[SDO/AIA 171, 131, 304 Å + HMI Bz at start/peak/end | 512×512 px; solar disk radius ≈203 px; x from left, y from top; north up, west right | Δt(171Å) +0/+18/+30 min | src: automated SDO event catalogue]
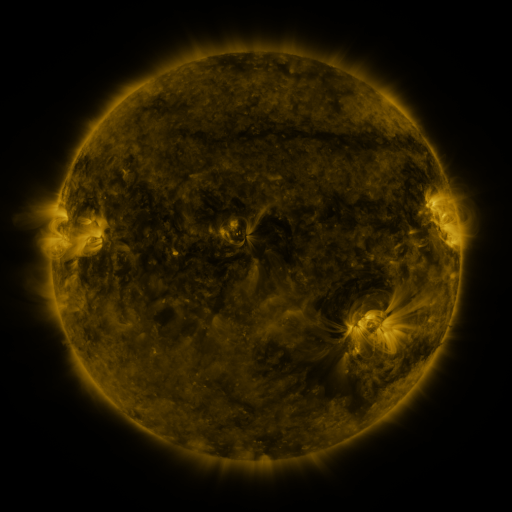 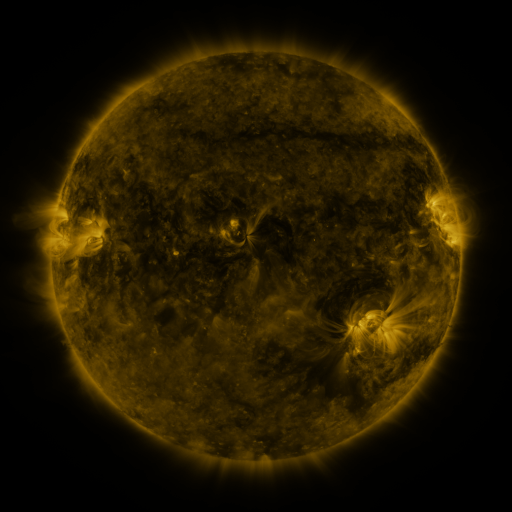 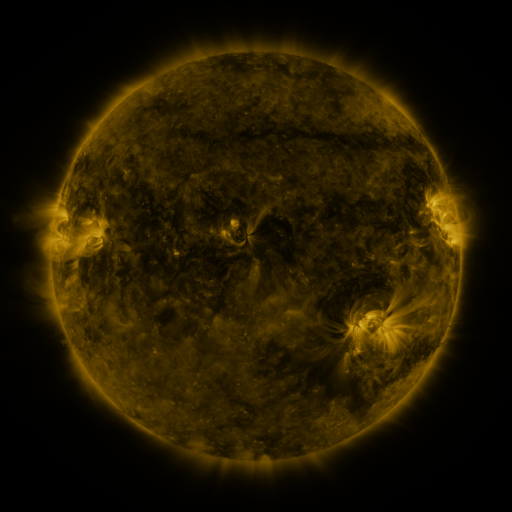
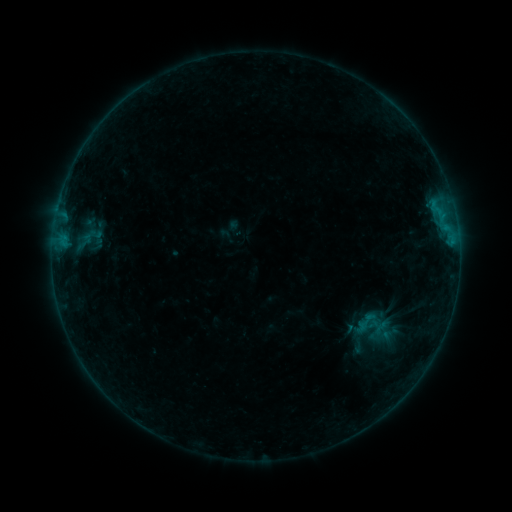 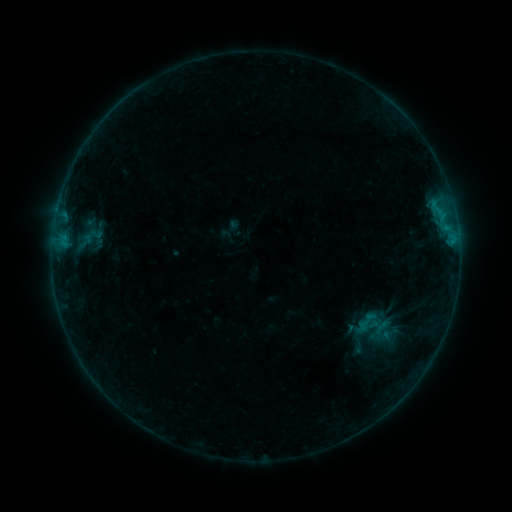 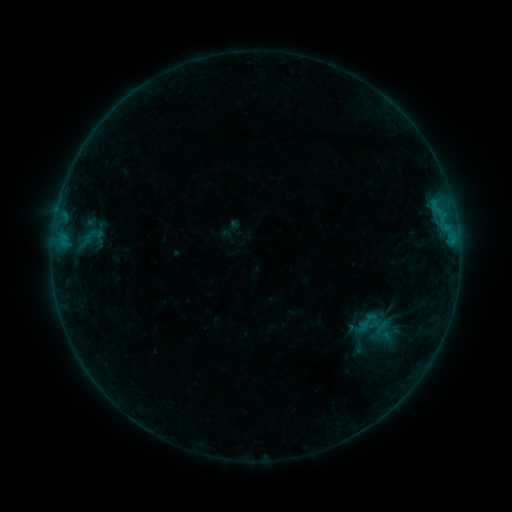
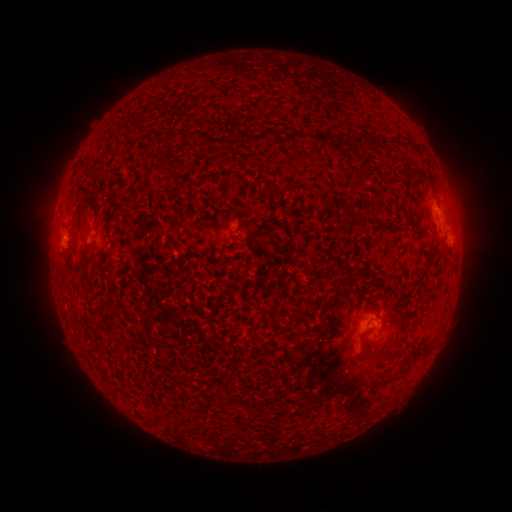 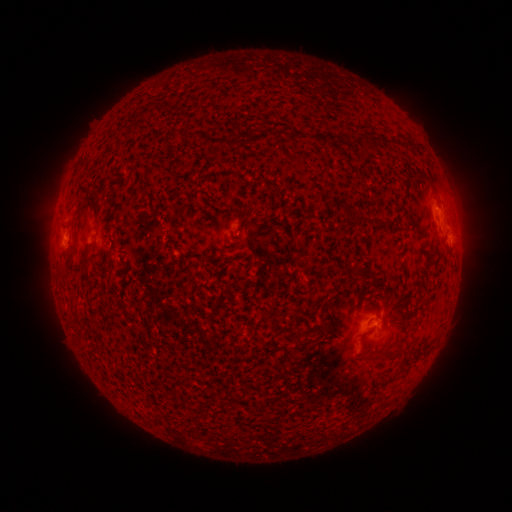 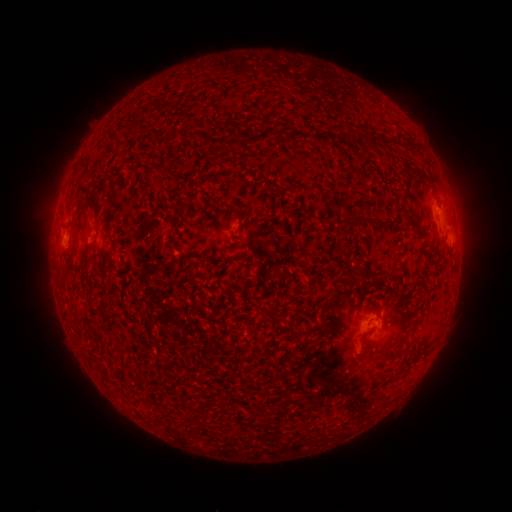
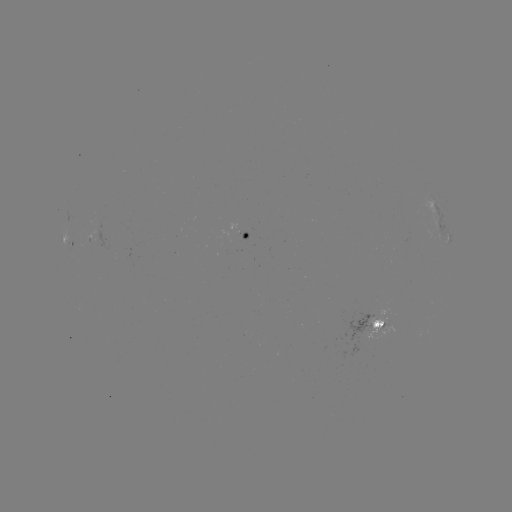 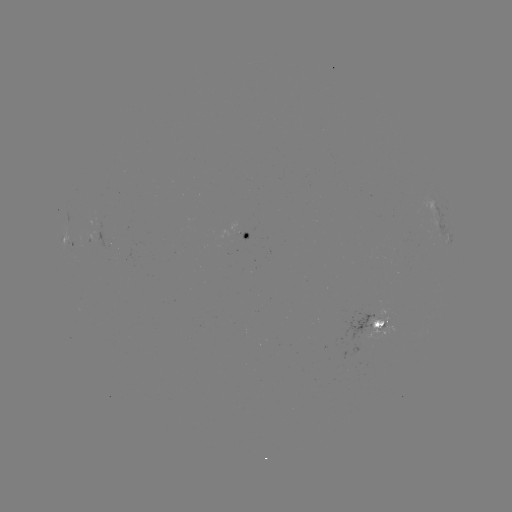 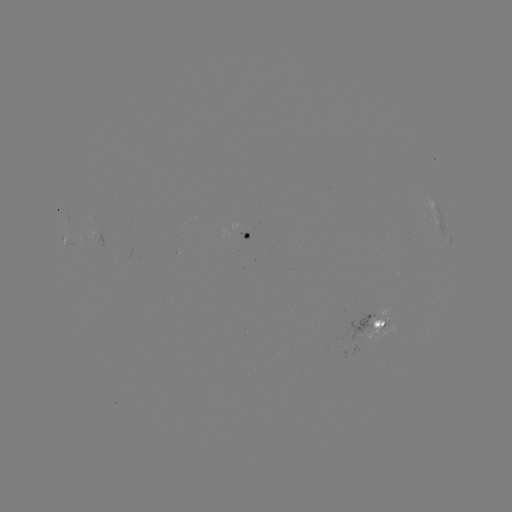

no flare in any classed list; no EUV-trigger detection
